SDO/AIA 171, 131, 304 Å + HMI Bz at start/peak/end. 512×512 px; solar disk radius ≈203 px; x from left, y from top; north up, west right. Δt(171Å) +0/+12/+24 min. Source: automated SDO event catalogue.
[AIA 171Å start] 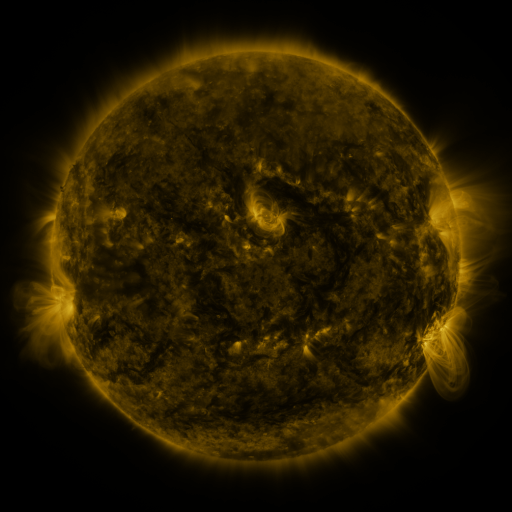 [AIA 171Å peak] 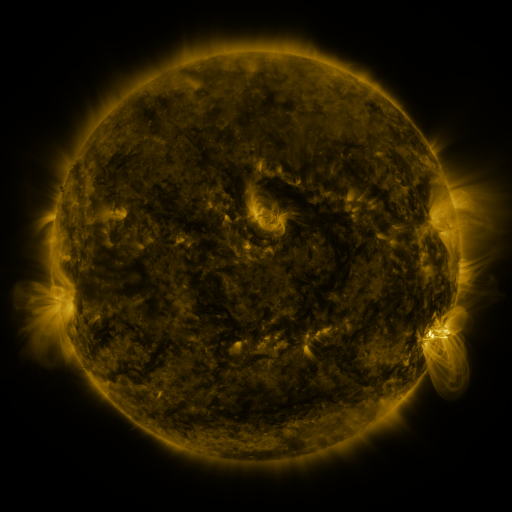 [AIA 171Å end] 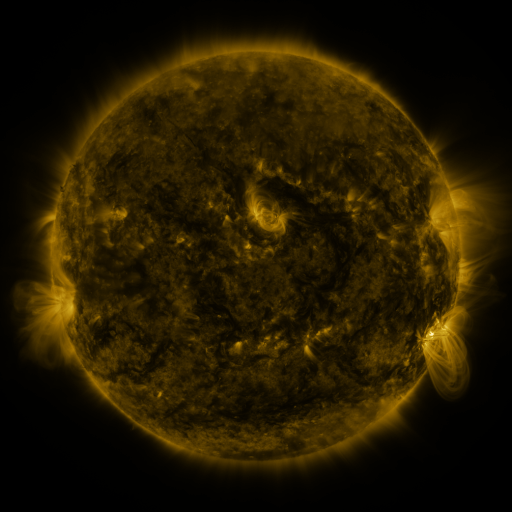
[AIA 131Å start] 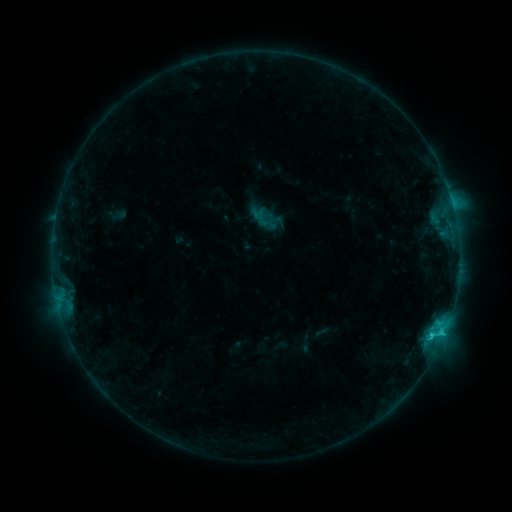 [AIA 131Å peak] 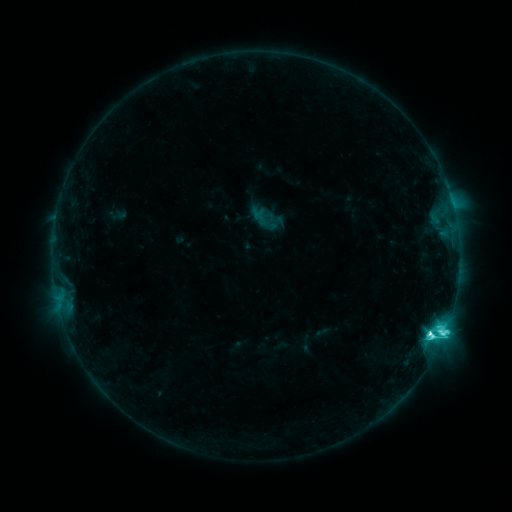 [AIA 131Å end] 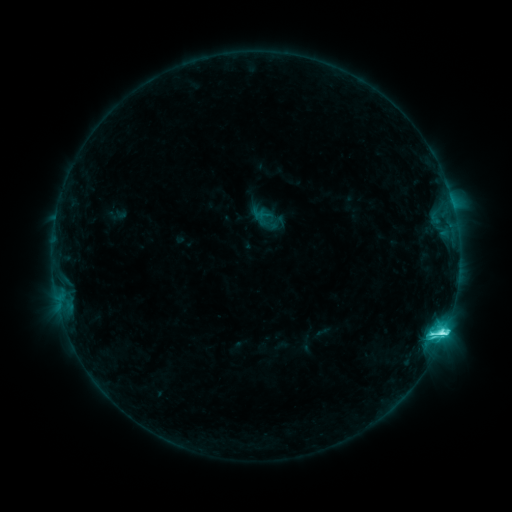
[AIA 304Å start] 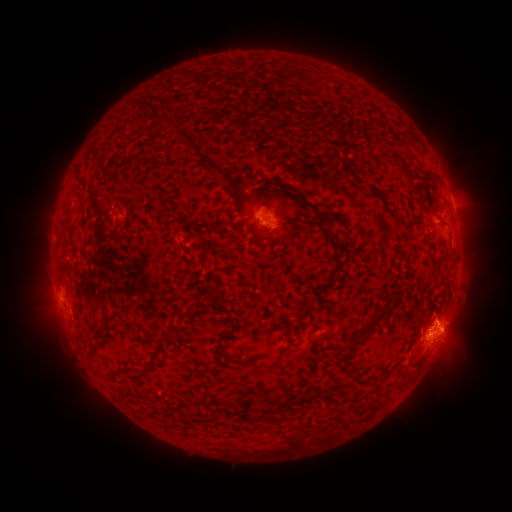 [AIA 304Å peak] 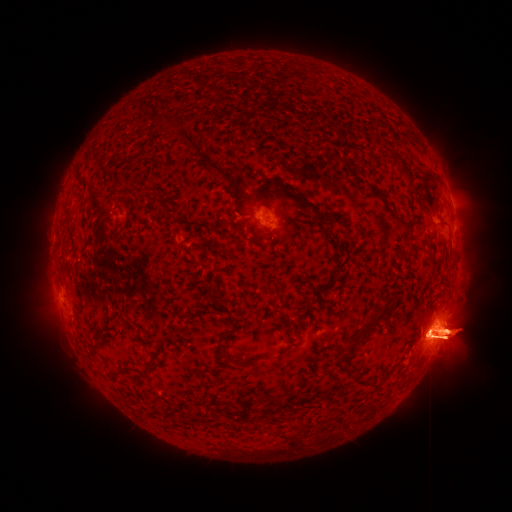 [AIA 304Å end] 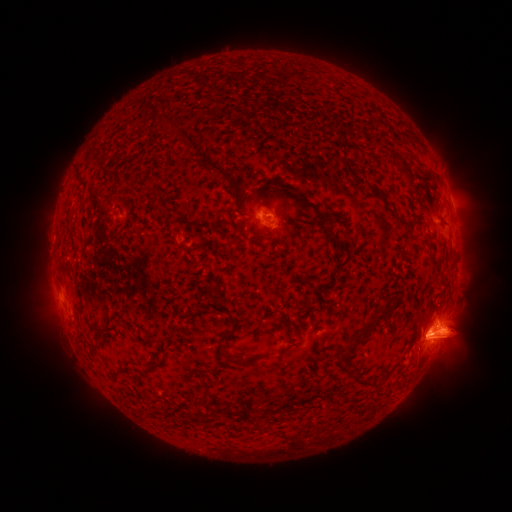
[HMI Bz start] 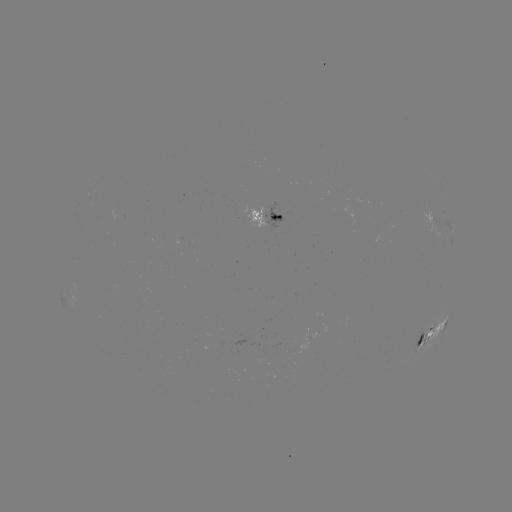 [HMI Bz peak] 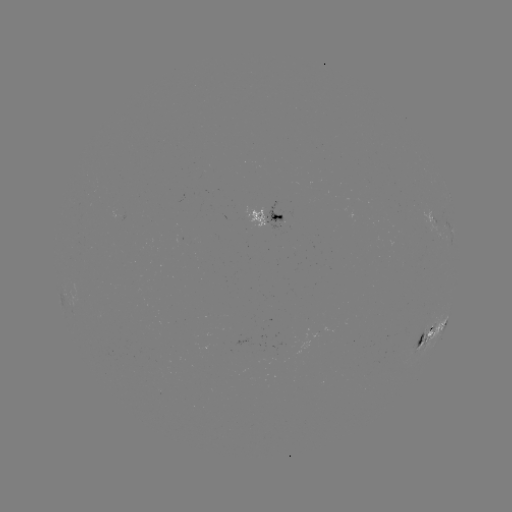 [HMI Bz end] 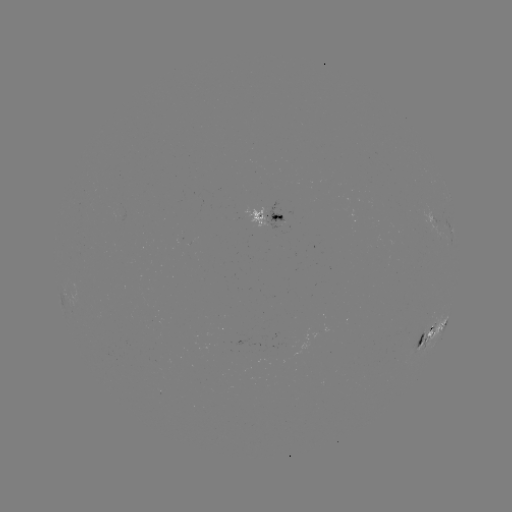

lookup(eruption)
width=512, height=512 [445, 334]